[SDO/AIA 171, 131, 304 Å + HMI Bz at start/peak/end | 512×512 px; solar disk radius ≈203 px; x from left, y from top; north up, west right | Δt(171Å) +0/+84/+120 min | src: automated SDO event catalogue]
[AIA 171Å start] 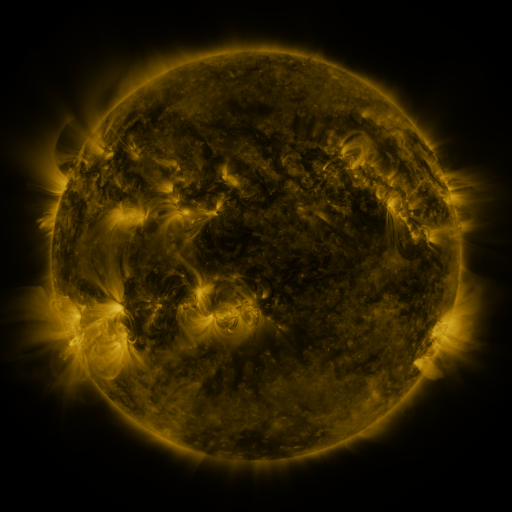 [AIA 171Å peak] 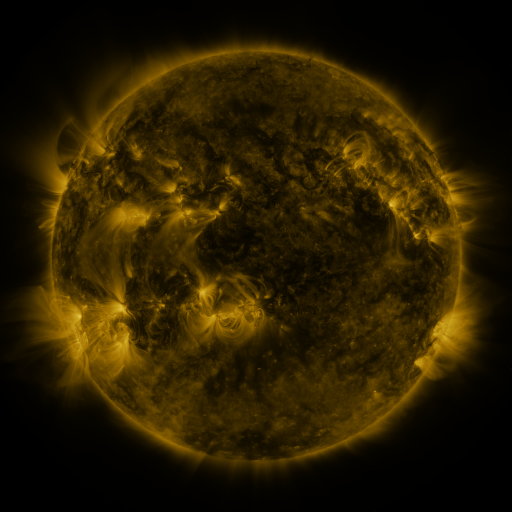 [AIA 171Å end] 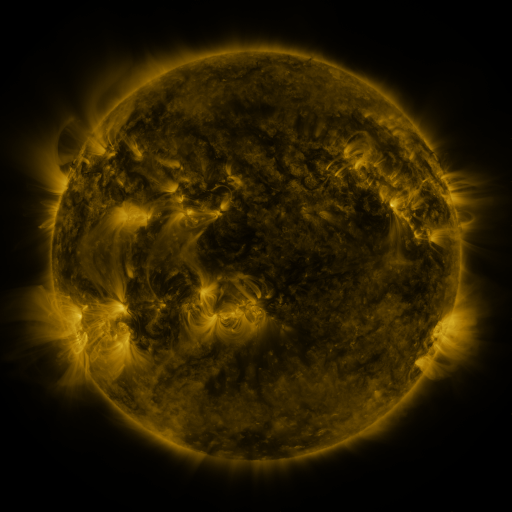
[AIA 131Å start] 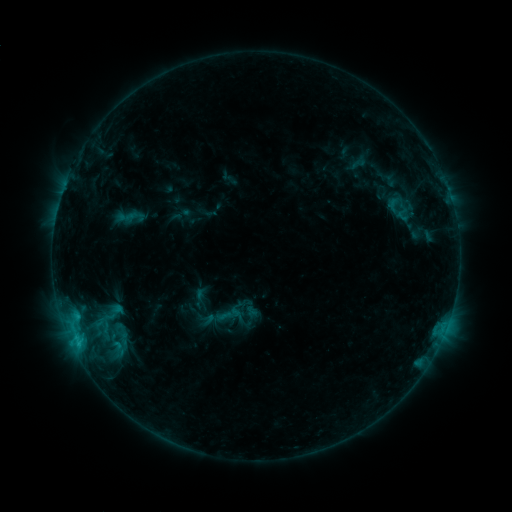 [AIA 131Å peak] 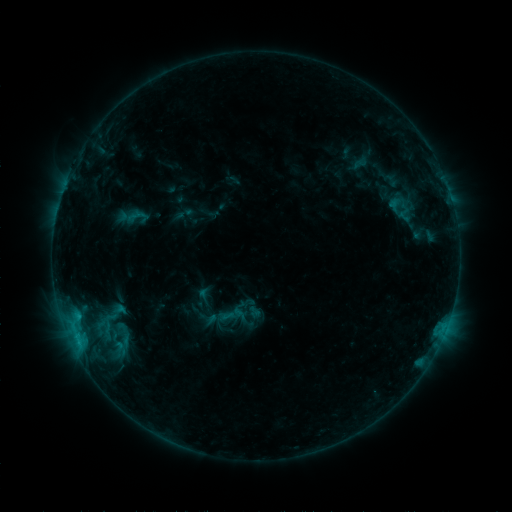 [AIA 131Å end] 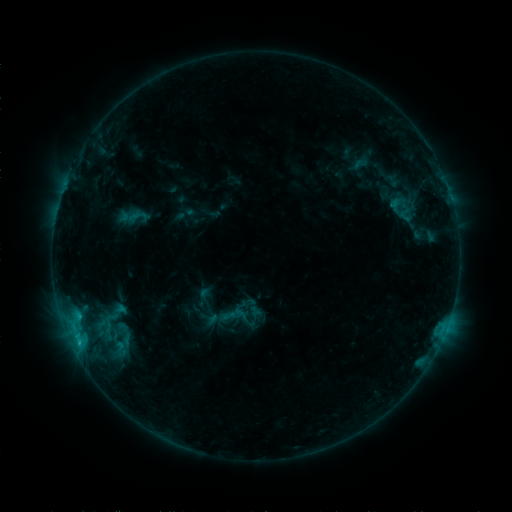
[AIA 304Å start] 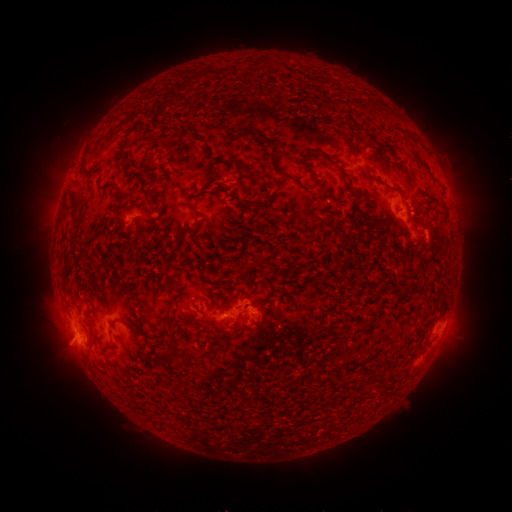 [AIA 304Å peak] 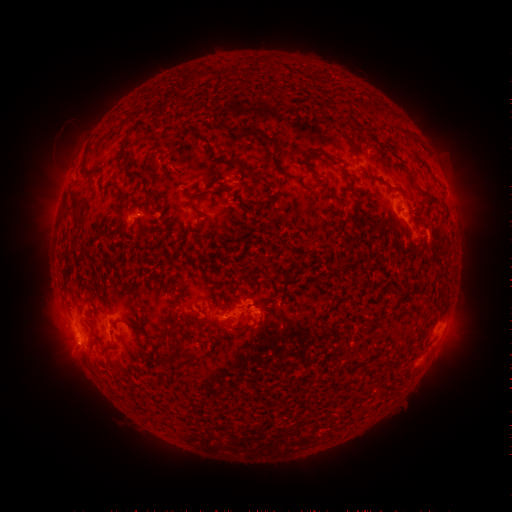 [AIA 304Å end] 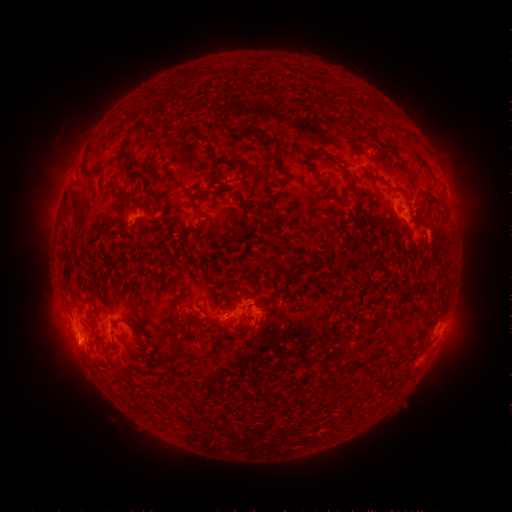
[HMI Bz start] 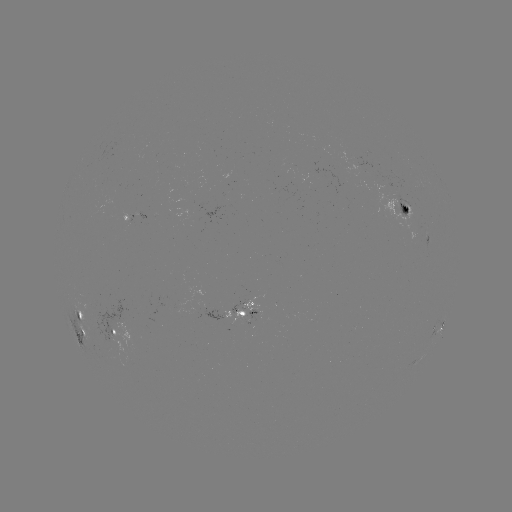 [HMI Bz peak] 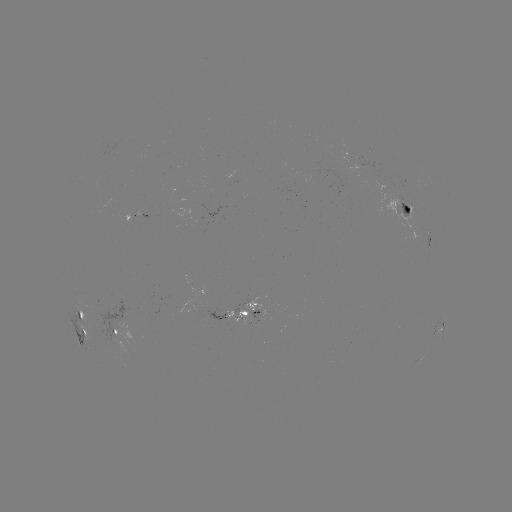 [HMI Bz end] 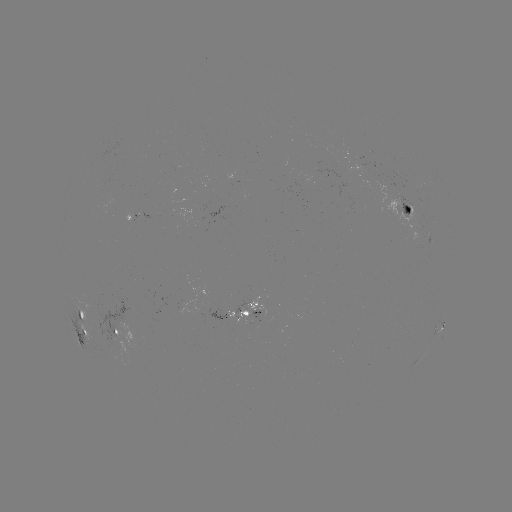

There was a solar emerging-flux region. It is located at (369, 153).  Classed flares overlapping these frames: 2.